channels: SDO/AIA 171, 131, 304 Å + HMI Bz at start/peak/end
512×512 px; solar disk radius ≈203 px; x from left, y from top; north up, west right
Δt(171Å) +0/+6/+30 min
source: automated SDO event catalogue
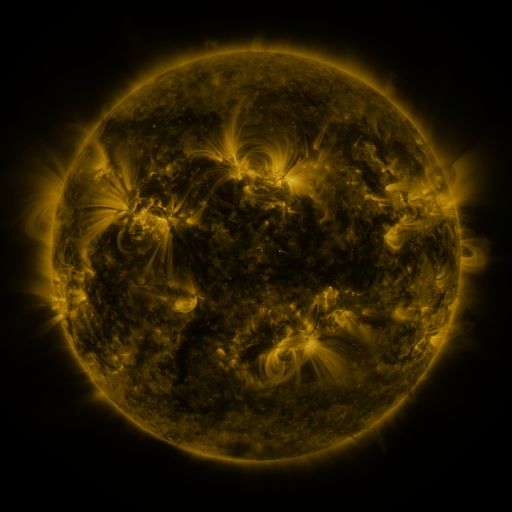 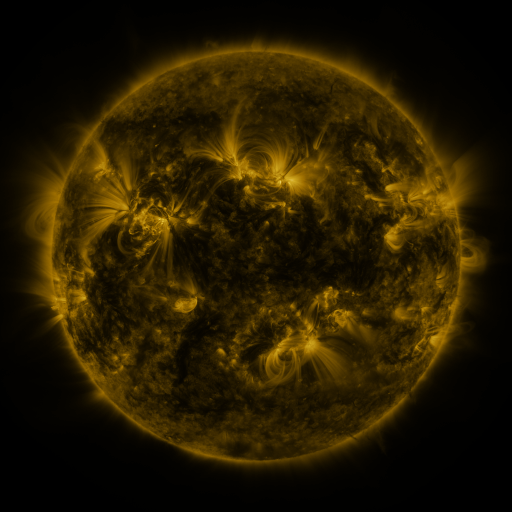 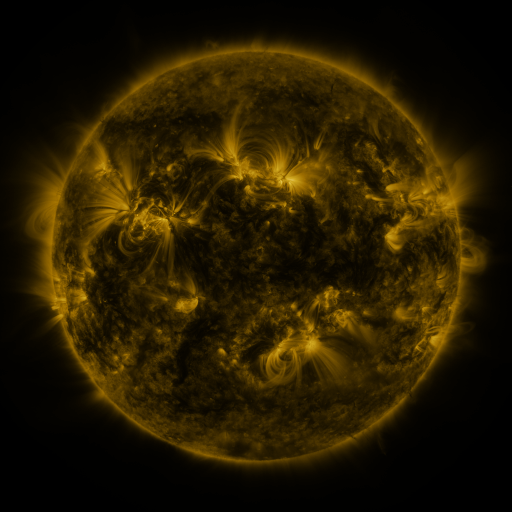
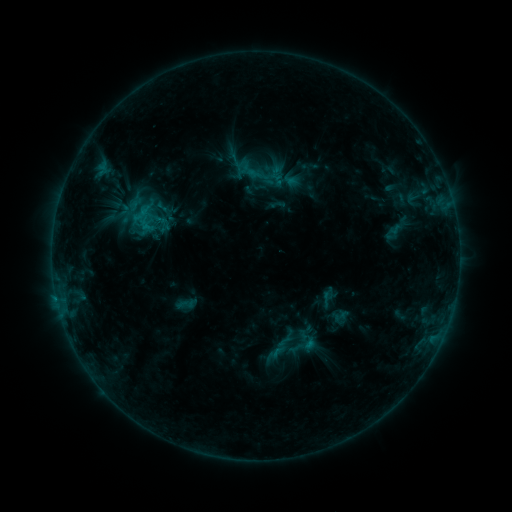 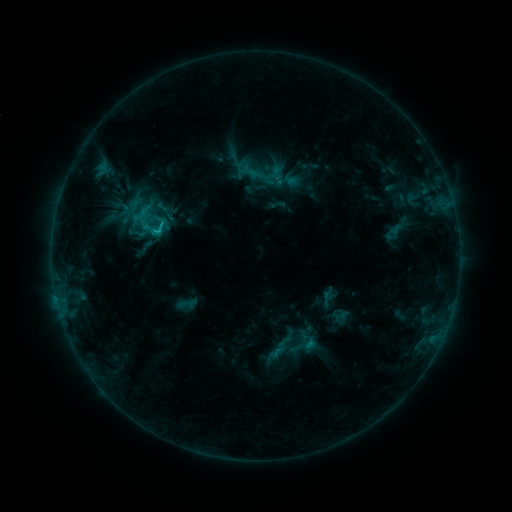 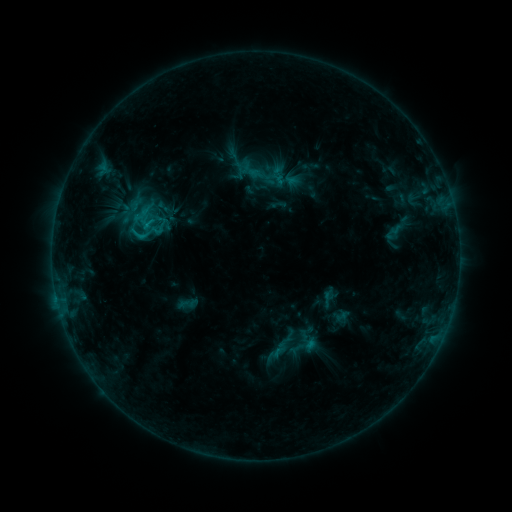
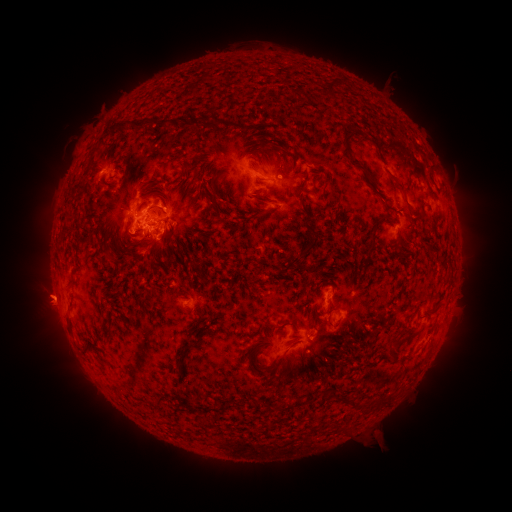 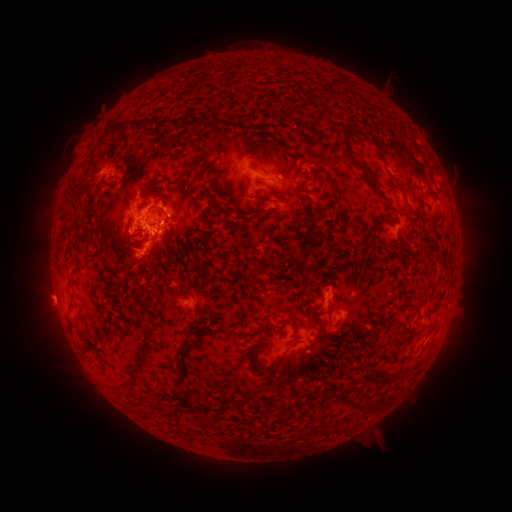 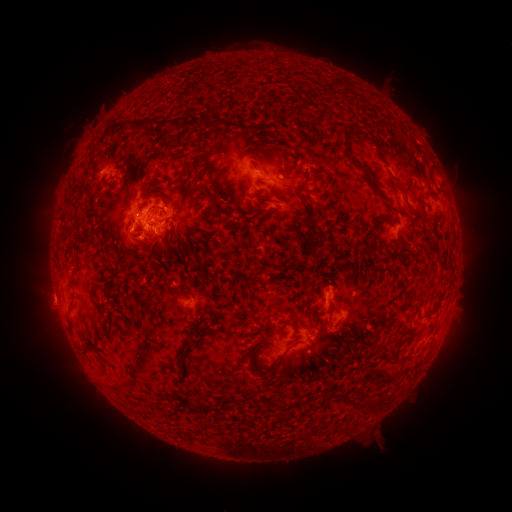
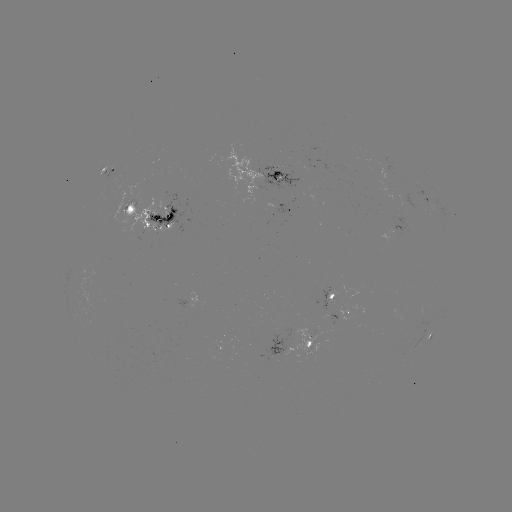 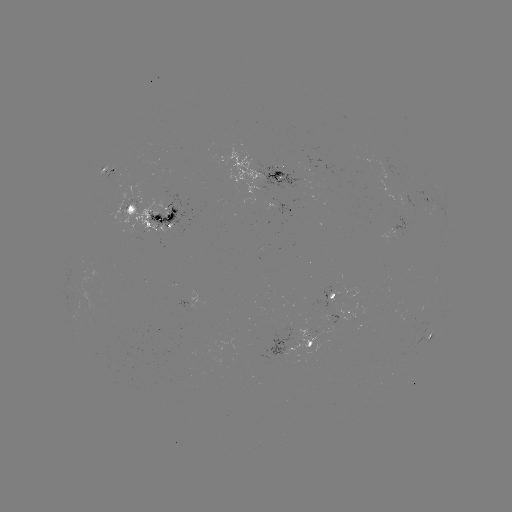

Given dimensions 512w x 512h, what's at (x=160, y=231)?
C2.1 flare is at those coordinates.